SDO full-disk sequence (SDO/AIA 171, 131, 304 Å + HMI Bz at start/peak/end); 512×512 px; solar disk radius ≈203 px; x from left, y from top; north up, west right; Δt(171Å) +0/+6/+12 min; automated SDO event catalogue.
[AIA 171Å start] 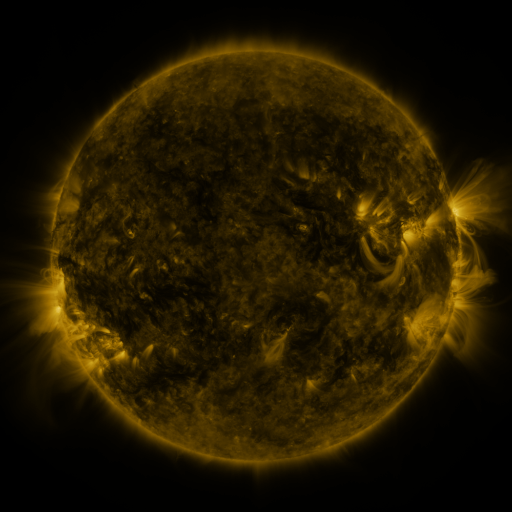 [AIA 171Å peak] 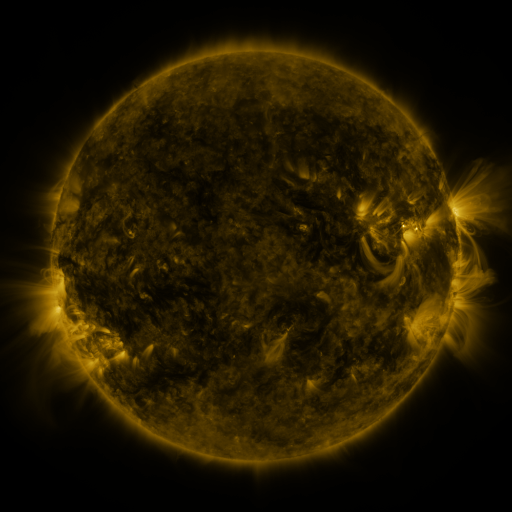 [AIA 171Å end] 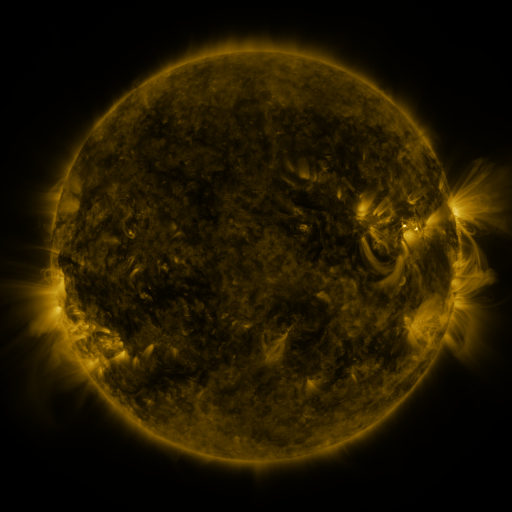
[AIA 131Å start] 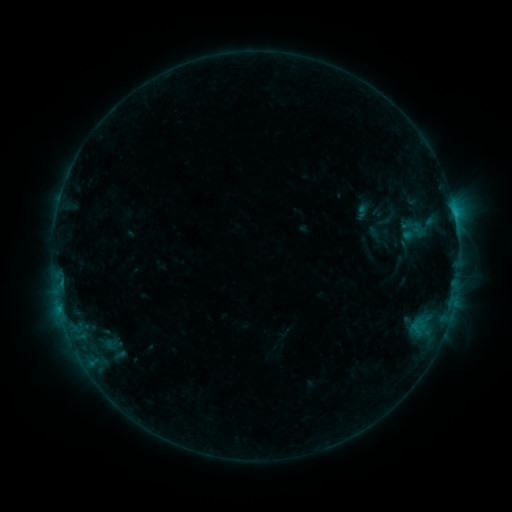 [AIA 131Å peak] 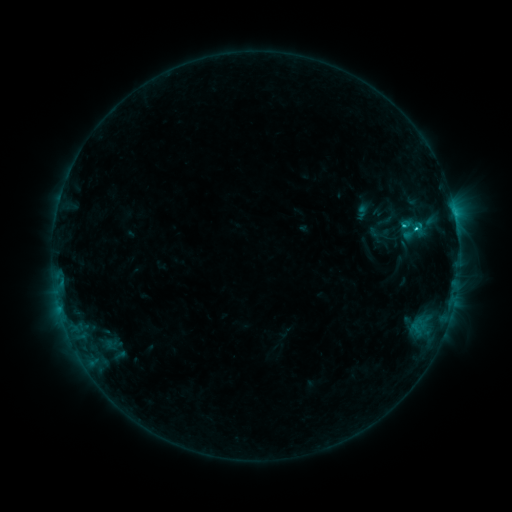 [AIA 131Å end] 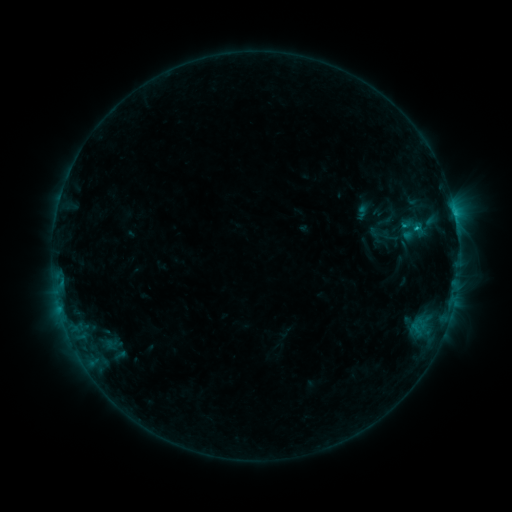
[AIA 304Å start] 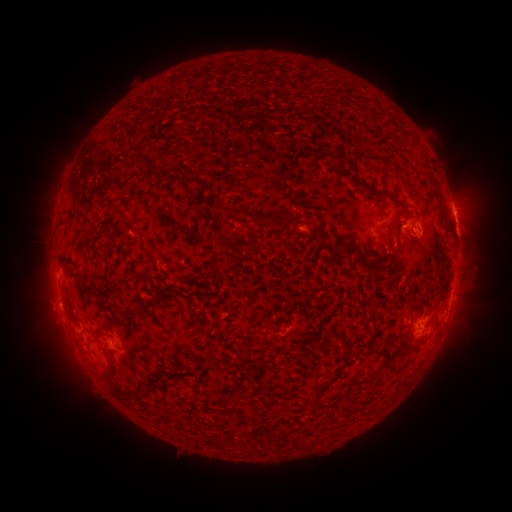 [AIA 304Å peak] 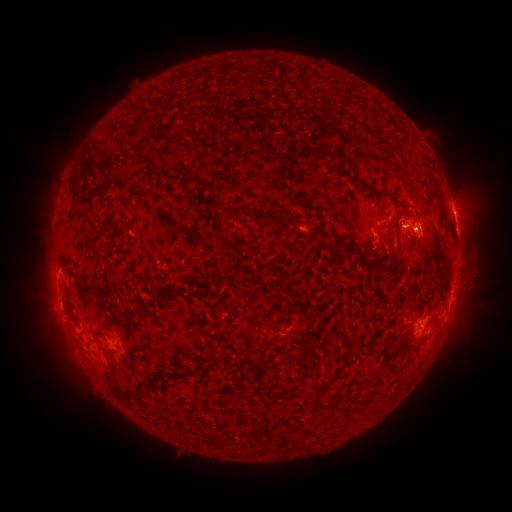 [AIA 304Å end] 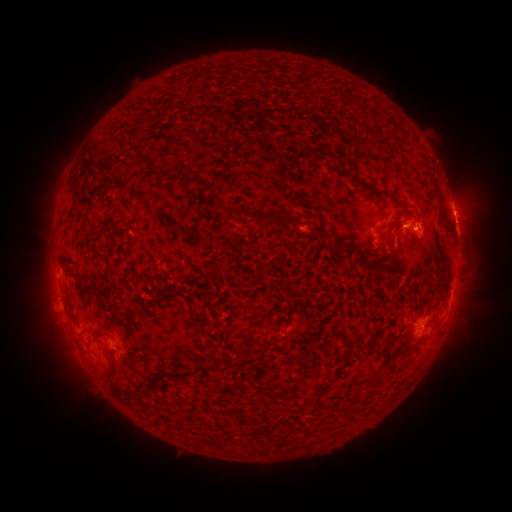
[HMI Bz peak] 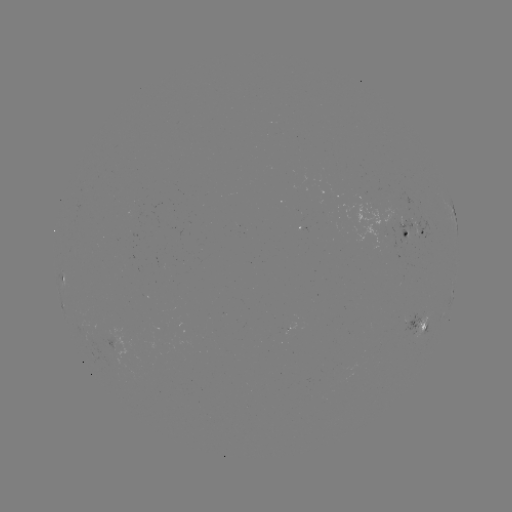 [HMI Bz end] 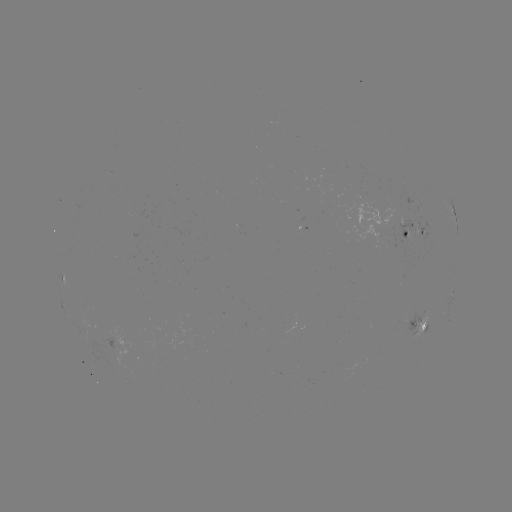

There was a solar flare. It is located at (403, 227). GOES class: C1.5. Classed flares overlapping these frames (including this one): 1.